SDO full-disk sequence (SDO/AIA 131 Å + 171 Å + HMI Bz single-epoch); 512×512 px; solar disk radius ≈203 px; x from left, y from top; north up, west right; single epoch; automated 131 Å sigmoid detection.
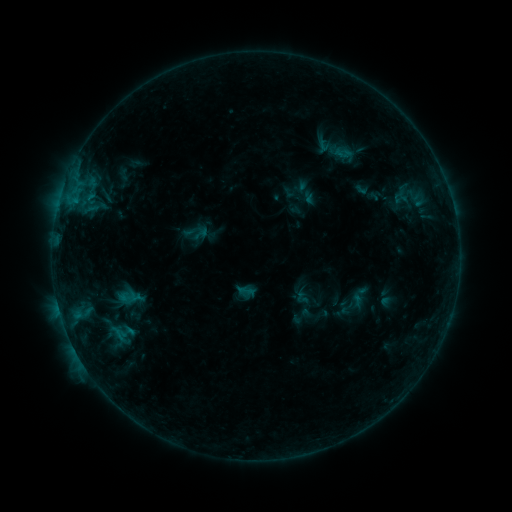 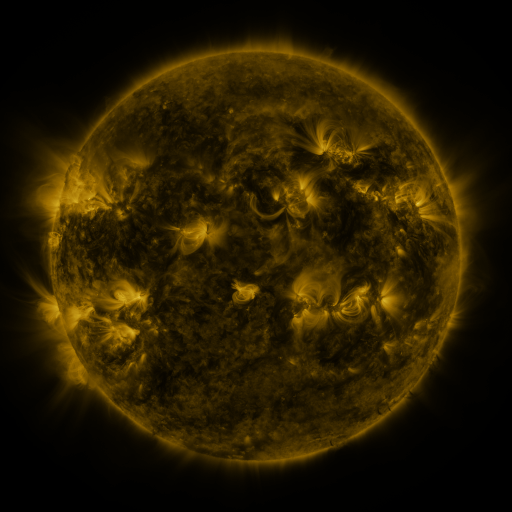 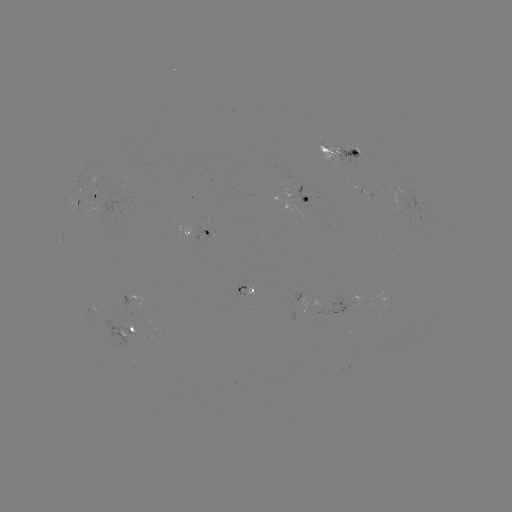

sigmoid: [339, 300, 355, 317]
